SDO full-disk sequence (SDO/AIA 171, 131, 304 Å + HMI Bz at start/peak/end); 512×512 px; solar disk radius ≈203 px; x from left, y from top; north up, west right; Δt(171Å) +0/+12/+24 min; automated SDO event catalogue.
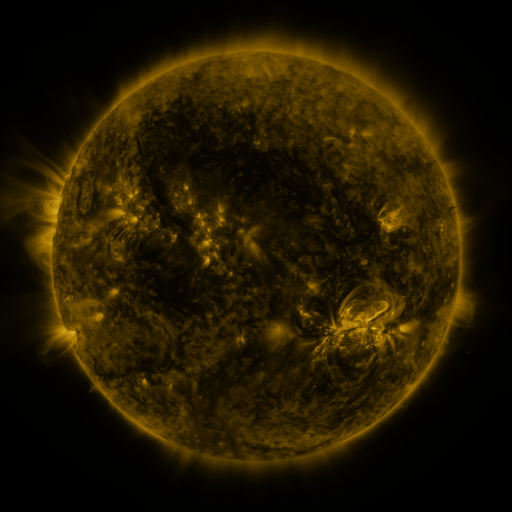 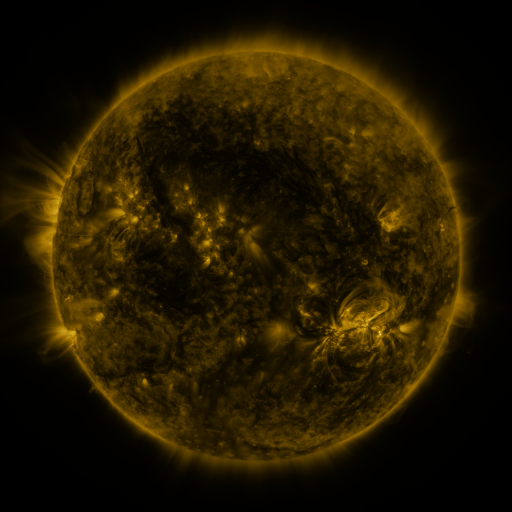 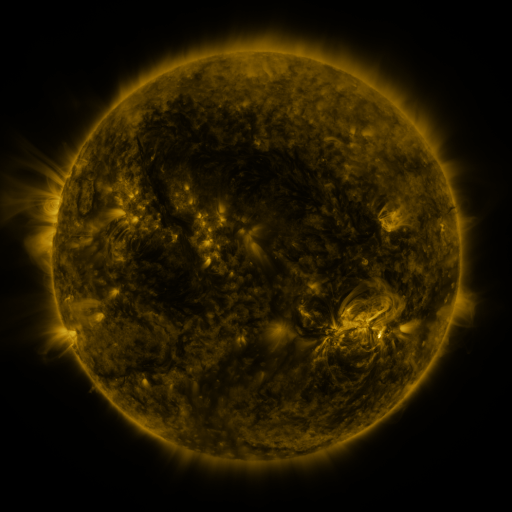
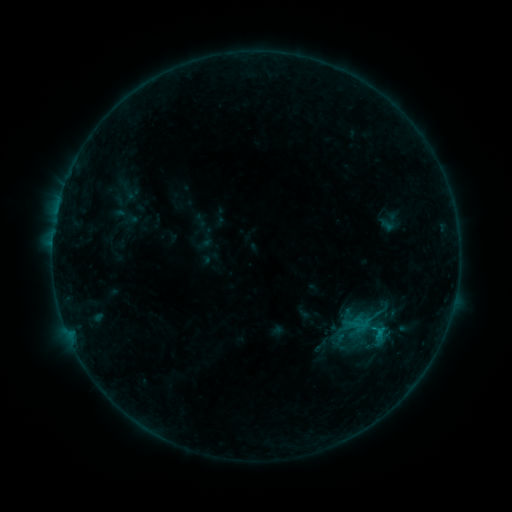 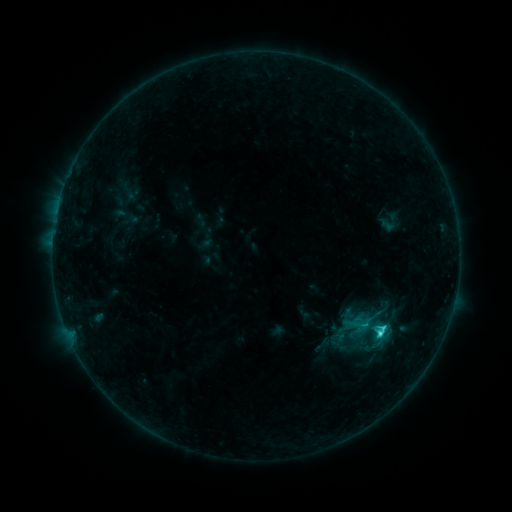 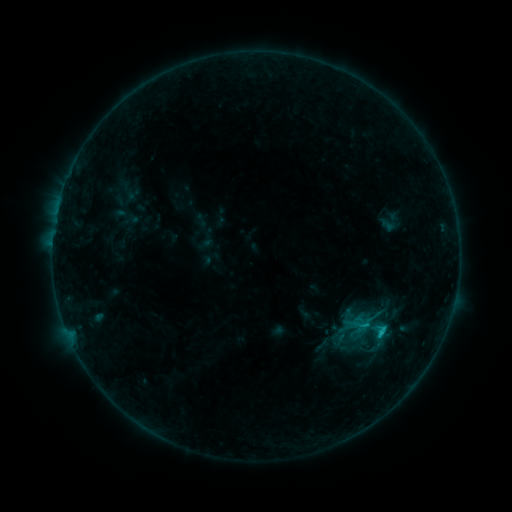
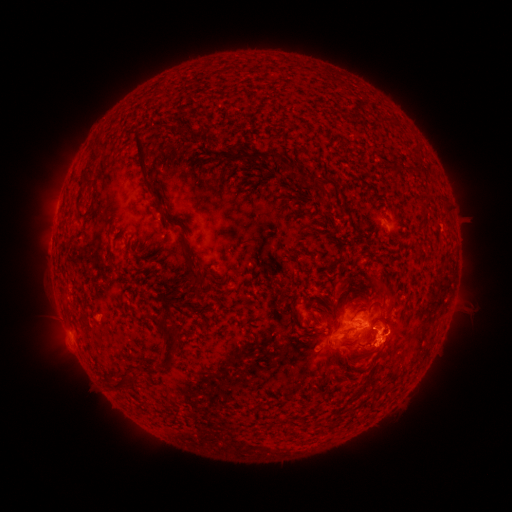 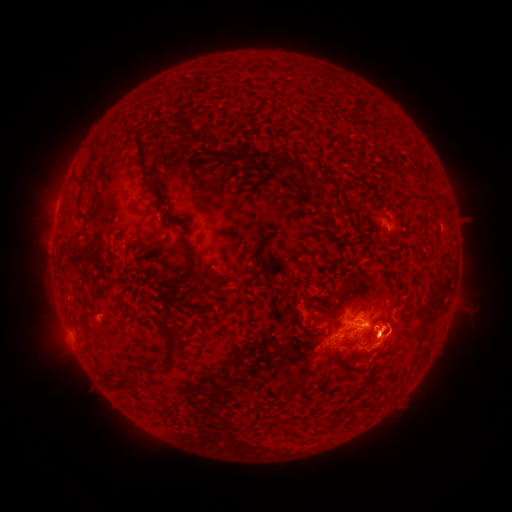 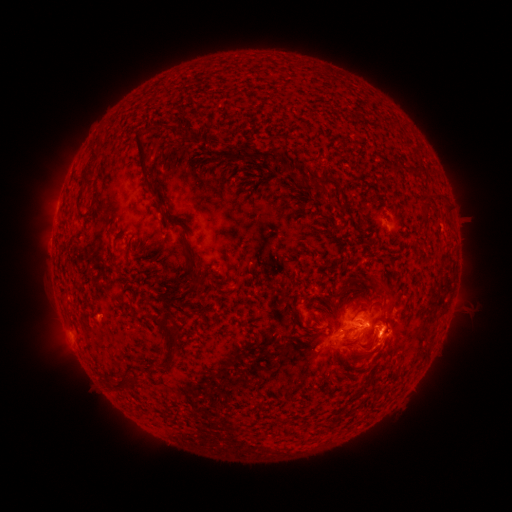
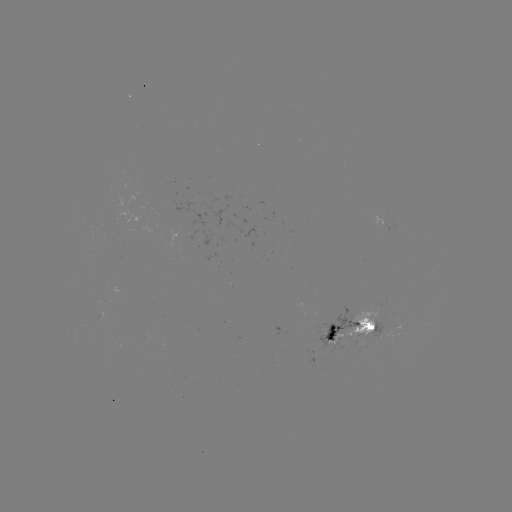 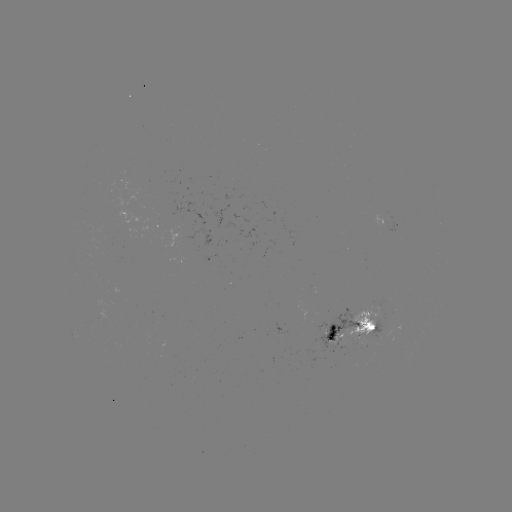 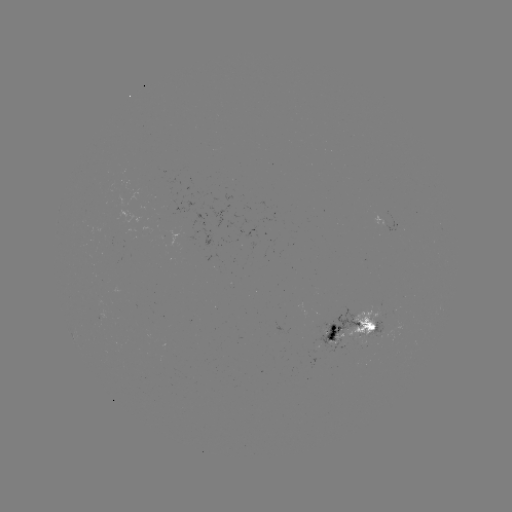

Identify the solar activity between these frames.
C2.8 flare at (378, 333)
